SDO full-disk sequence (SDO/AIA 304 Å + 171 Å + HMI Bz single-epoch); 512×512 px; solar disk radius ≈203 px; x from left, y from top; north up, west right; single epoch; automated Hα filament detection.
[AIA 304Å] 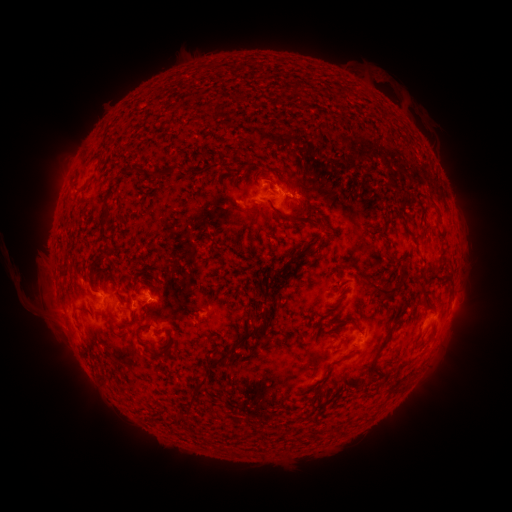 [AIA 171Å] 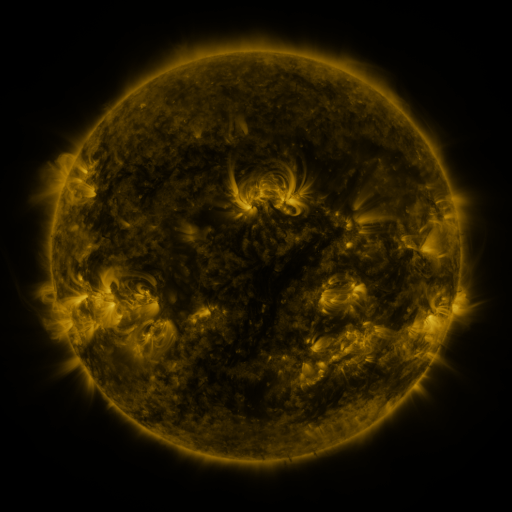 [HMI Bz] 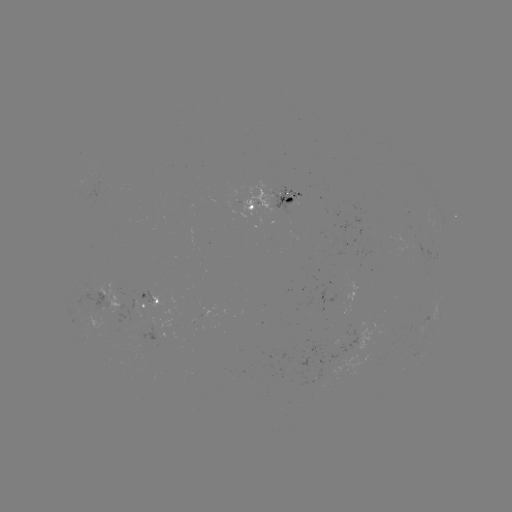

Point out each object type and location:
filament: <bbox>293, 82, 300, 96</bbox>
filament: <bbox>128, 164, 139, 175</bbox>
filament: <bbox>148, 170, 164, 180</bbox>
filament: <bbox>102, 206, 112, 218</bbox>
filament: <bbox>278, 212, 291, 221</bbox>
filament: <bbox>302, 216, 320, 227</bbox>
filament: <bbox>100, 224, 113, 241</bbox>
filament: <bbox>101, 242, 111, 255</bbox>
filament: <bbox>295, 249, 306, 257</bbox>
filament: <bbox>269, 259, 297, 276</bbox>
filament: <bbox>365, 279, 398, 301</bbox>
filament: <bbox>259, 312, 272, 319</bbox>
filament: <bbox>108, 322, 122, 336</bbox>
filament: <bbox>351, 322, 360, 332</bbox>
filament: <bbox>234, 325, 265, 345</bbox>
filament: <bbox>428, 331, 435, 343</bbox>
filament: <bbox>411, 333, 421, 345</bbox>
filament: <bbox>367, 344, 385, 377</bbox>
filament: <bbox>150, 350, 161, 358</bbox>
filament: <bbox>204, 353, 227, 367</bbox>
filament: <bbox>329, 355, 349, 366</bbox>
filament: <bbox>395, 360, 407, 370</bbox>
filament: <bbox>188, 378, 205, 400</bbox>
